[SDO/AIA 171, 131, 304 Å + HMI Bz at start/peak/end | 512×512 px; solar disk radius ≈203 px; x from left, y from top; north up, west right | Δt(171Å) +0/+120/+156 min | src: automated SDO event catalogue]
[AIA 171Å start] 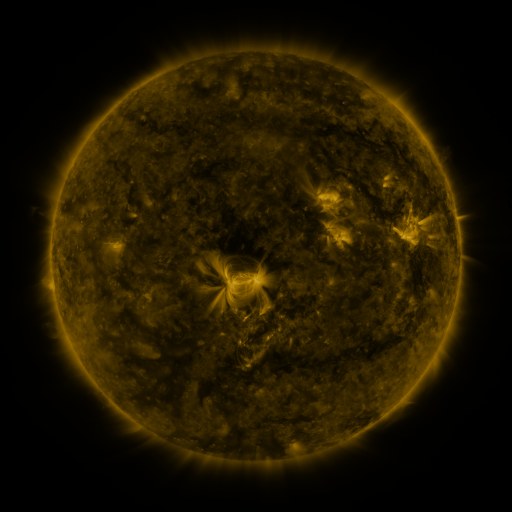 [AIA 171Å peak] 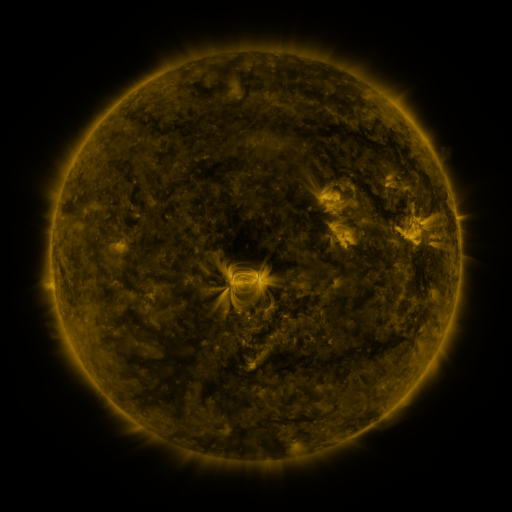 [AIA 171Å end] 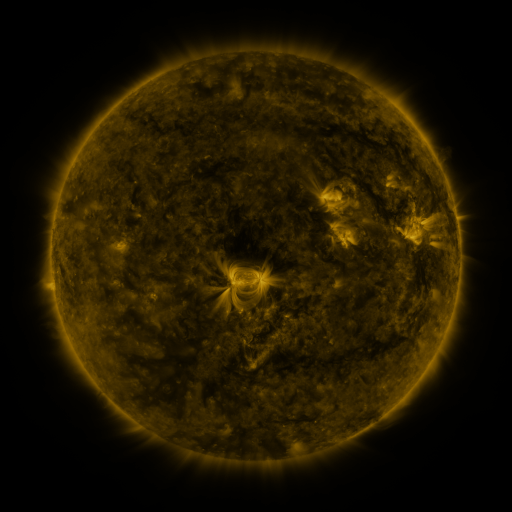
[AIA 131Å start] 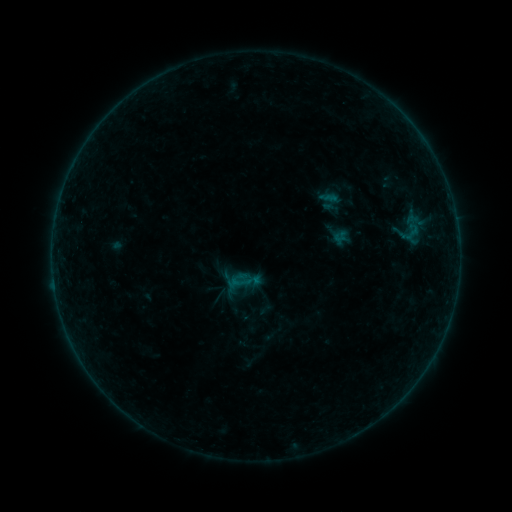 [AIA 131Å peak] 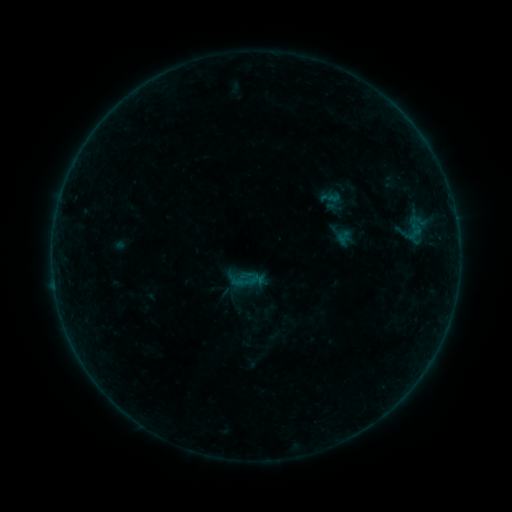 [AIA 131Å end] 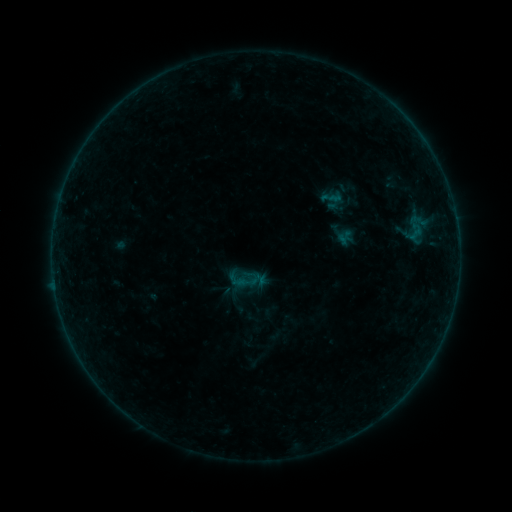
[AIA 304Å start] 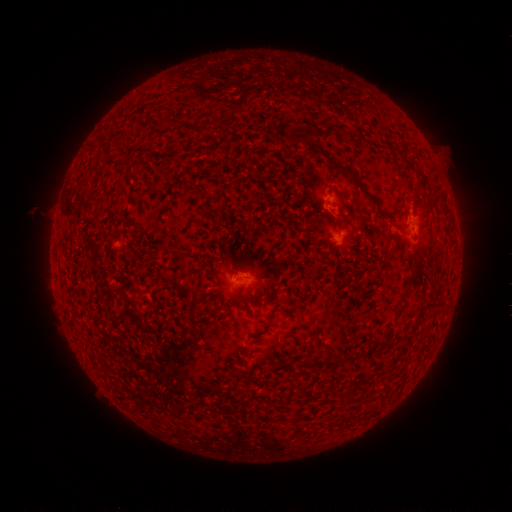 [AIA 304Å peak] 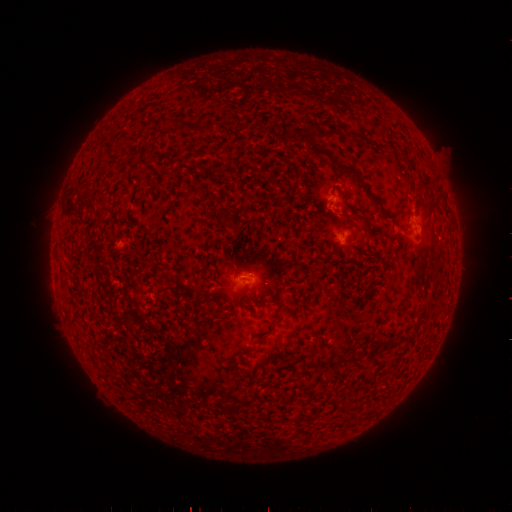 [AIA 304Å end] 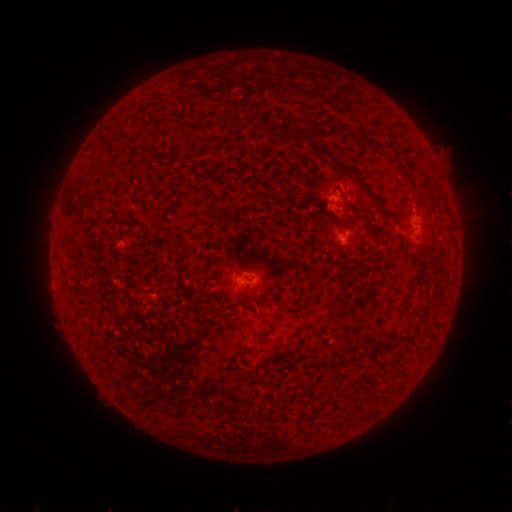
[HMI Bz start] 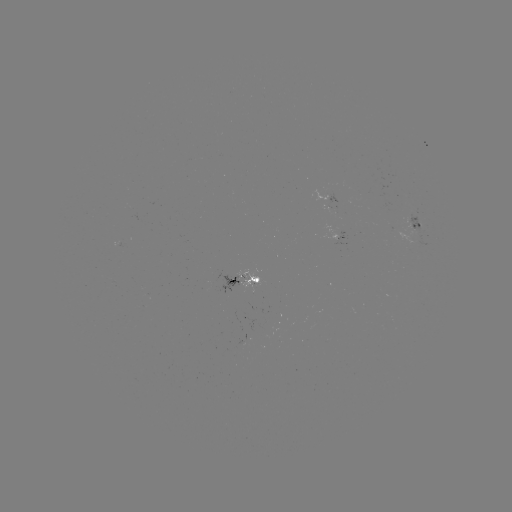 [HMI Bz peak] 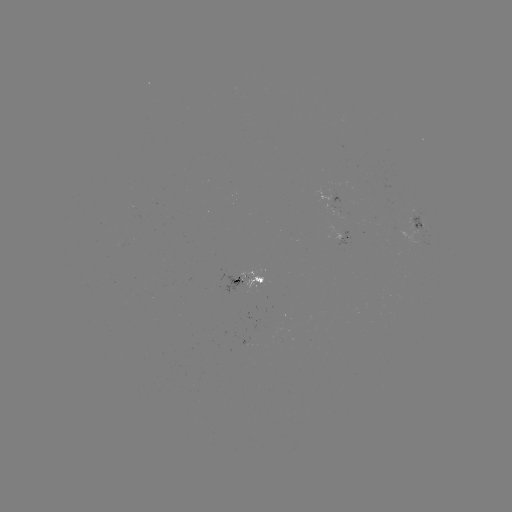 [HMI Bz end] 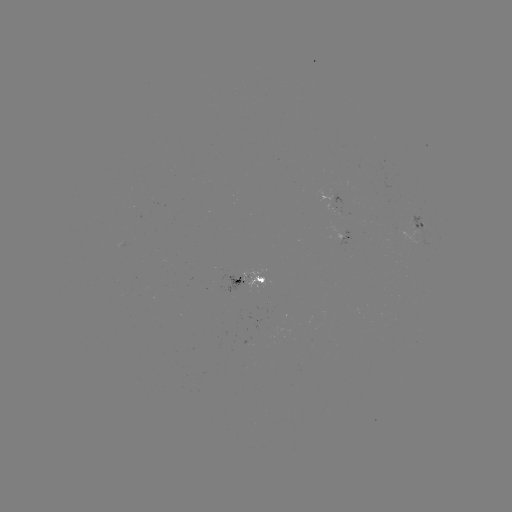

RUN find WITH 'emerging-flux region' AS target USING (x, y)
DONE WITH (418, 238) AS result